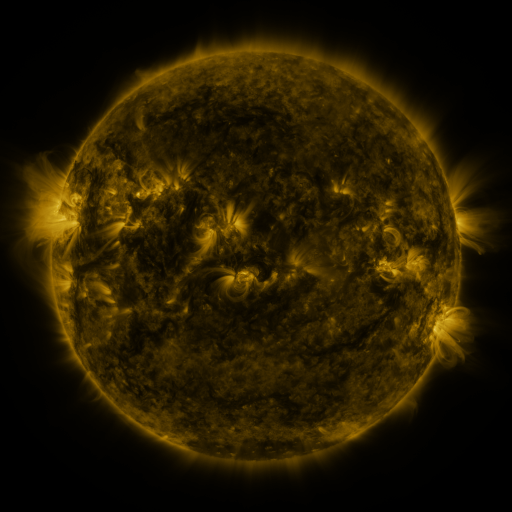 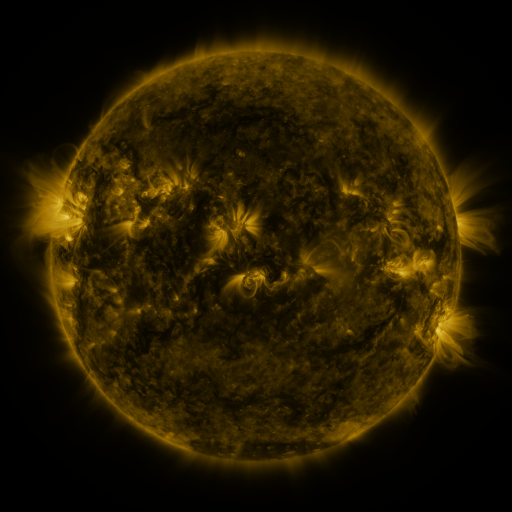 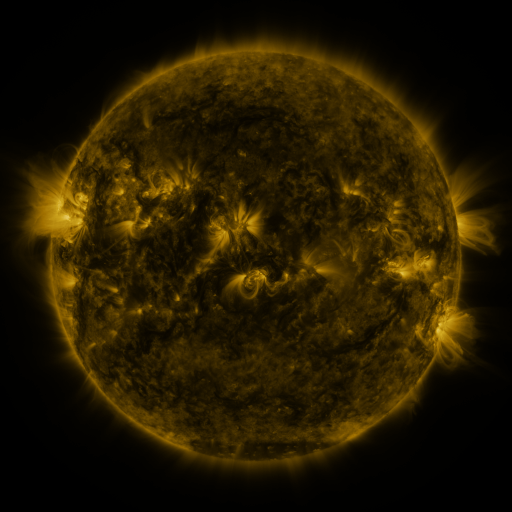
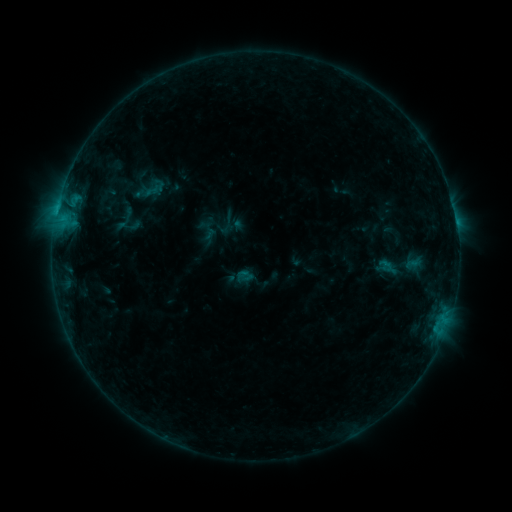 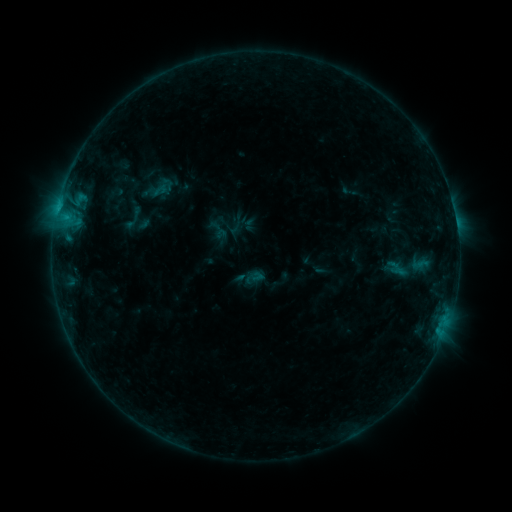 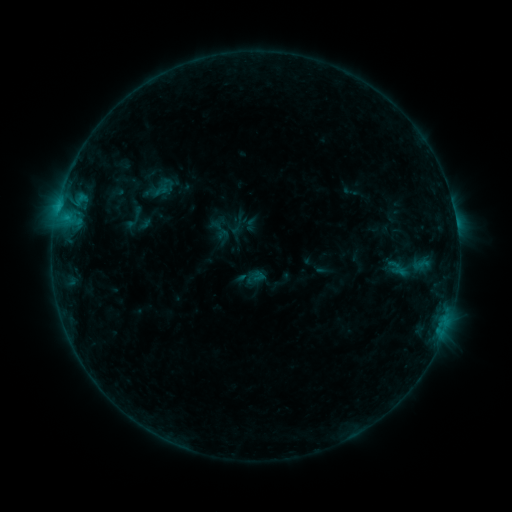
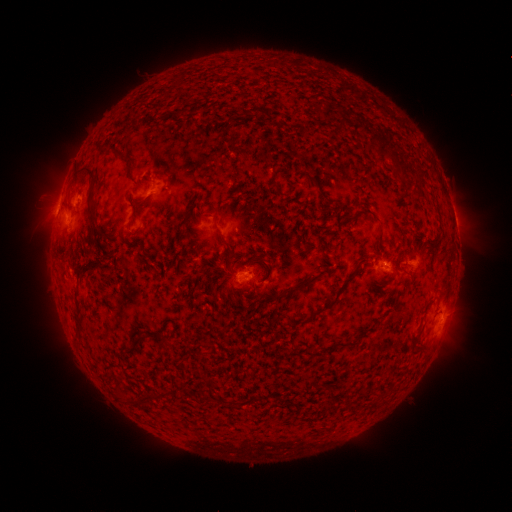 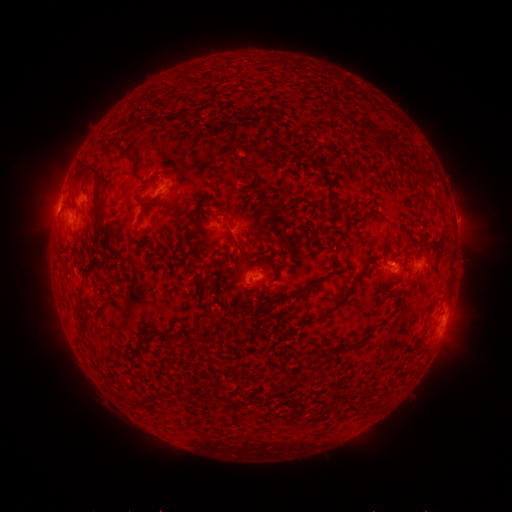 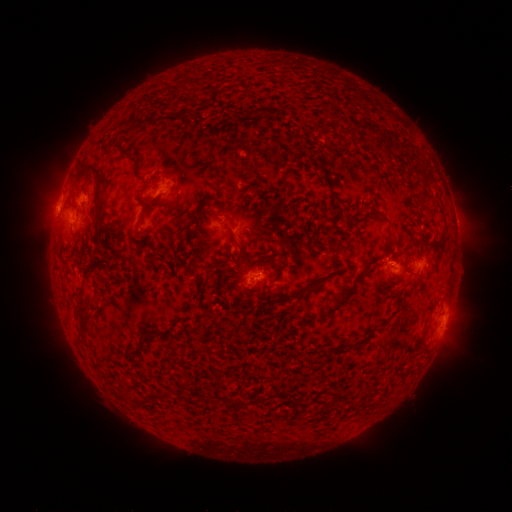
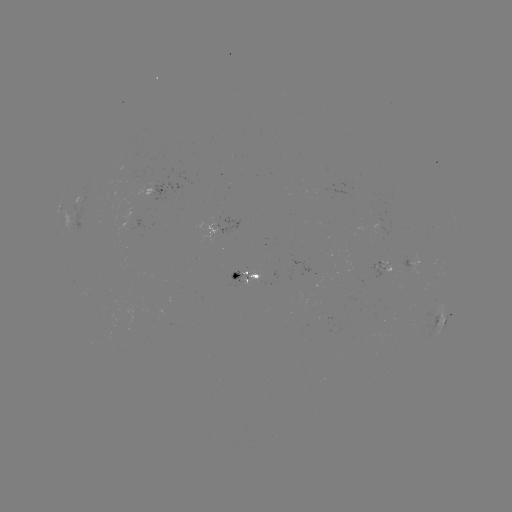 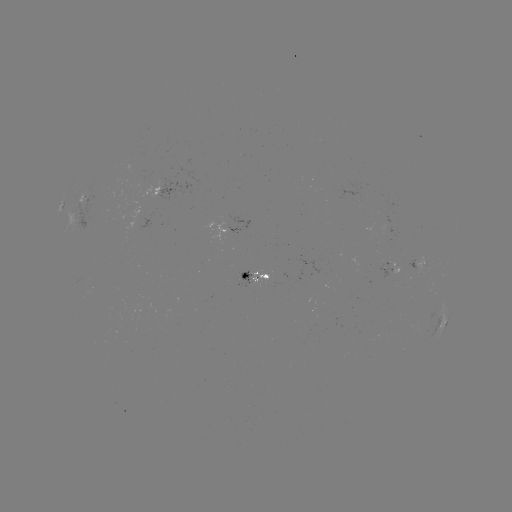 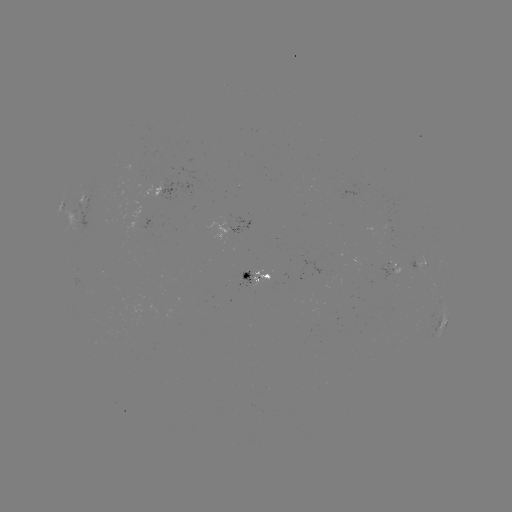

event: emerging-flux region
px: (423, 265)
